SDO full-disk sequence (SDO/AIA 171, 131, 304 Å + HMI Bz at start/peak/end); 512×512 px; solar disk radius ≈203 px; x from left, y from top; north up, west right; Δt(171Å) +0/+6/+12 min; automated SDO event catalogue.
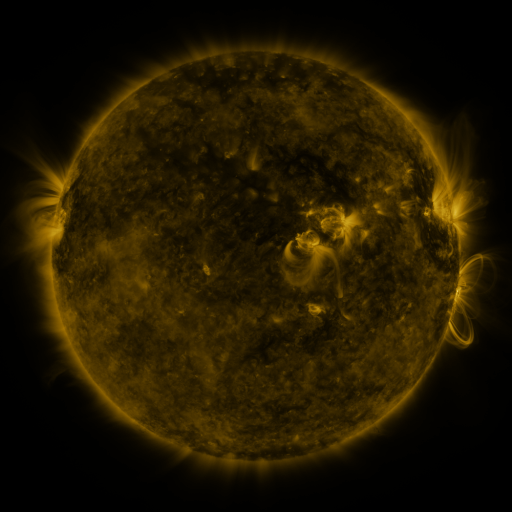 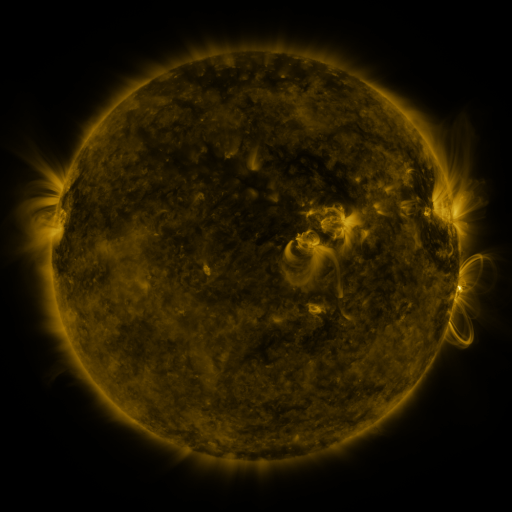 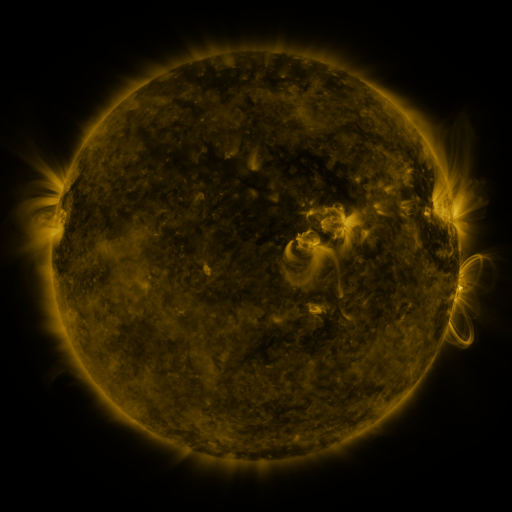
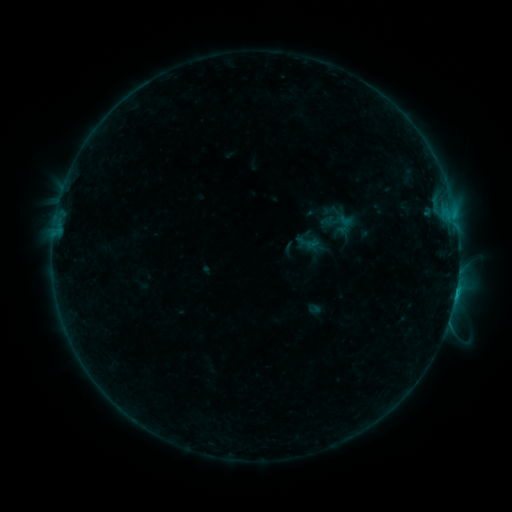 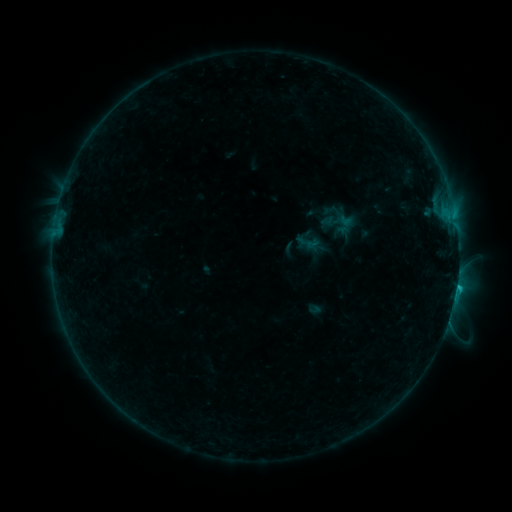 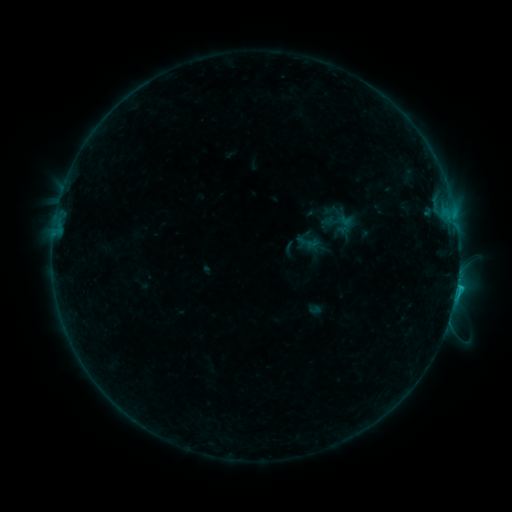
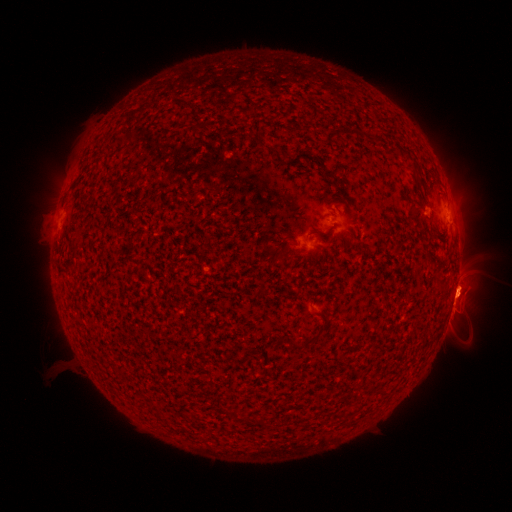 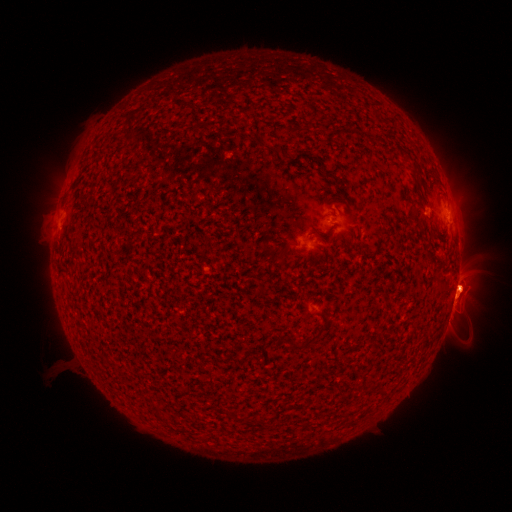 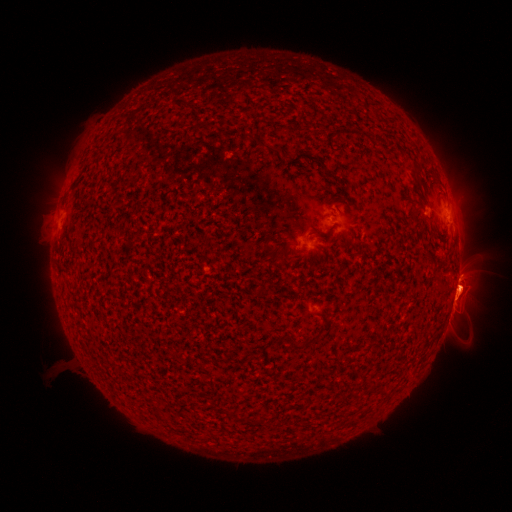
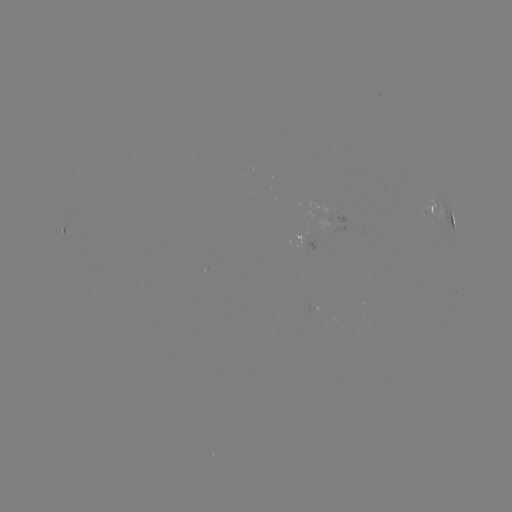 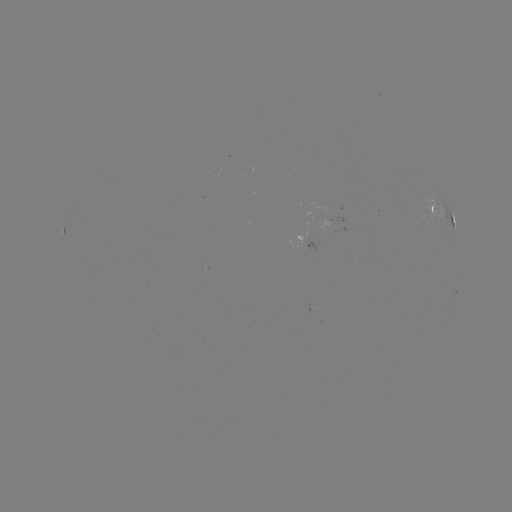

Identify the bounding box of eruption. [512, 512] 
[443, 257, 491, 309].